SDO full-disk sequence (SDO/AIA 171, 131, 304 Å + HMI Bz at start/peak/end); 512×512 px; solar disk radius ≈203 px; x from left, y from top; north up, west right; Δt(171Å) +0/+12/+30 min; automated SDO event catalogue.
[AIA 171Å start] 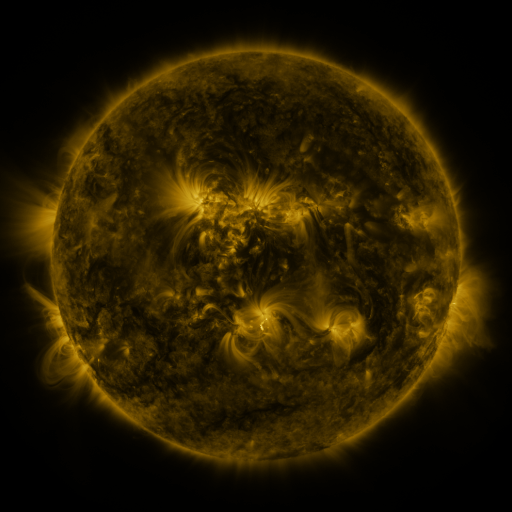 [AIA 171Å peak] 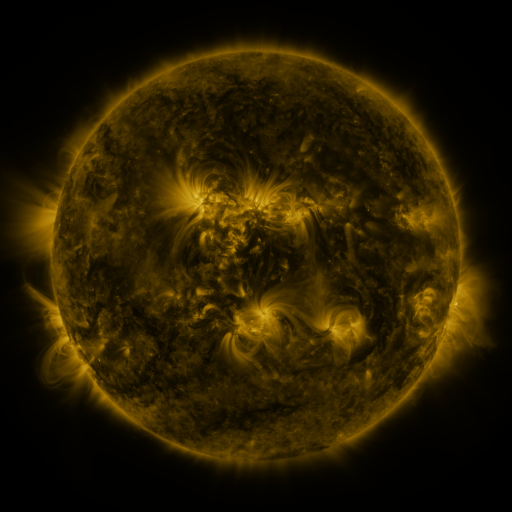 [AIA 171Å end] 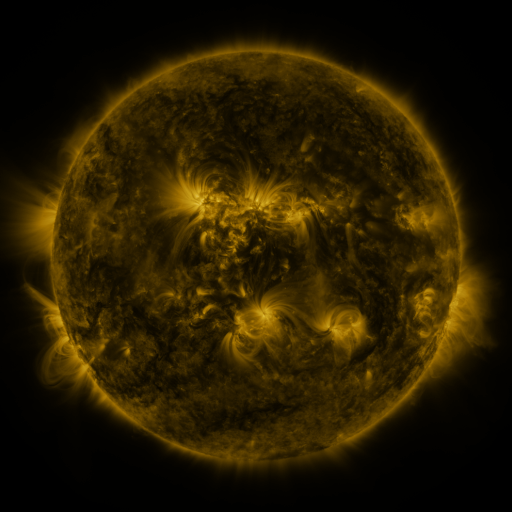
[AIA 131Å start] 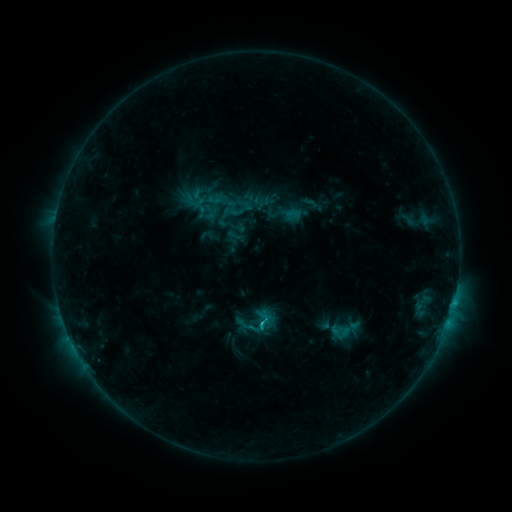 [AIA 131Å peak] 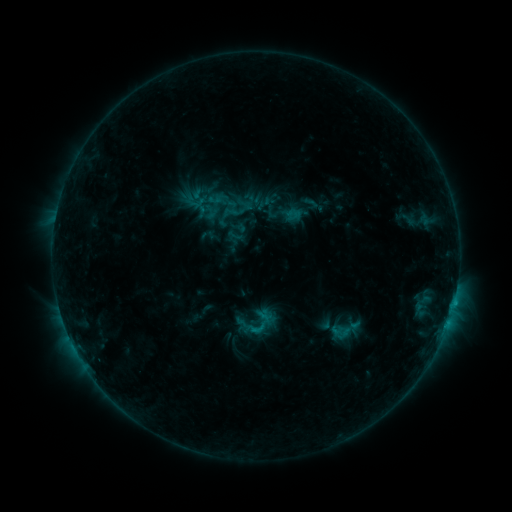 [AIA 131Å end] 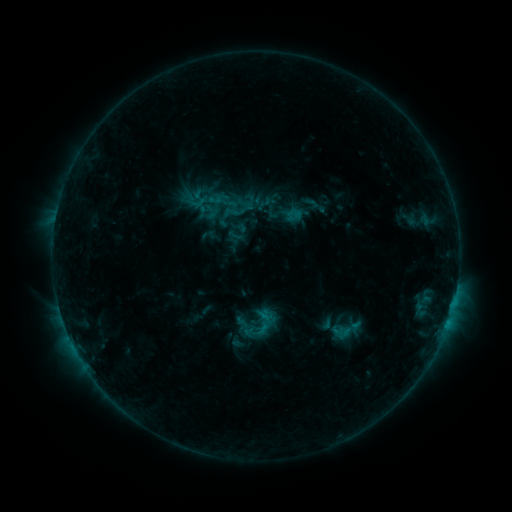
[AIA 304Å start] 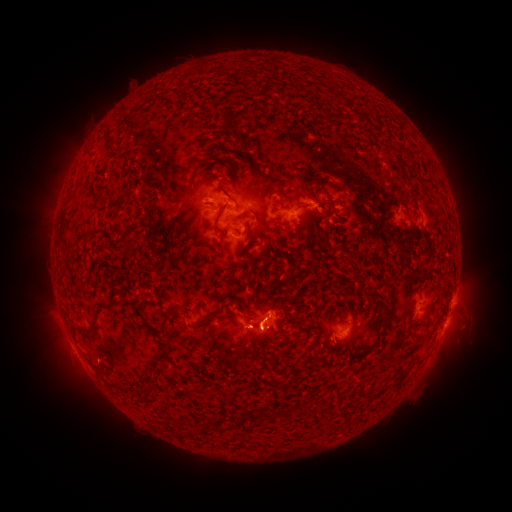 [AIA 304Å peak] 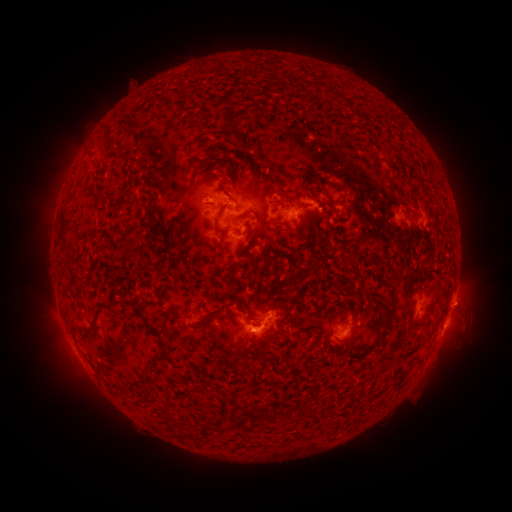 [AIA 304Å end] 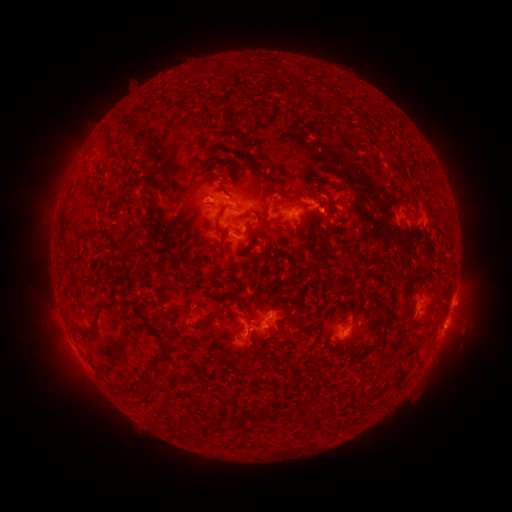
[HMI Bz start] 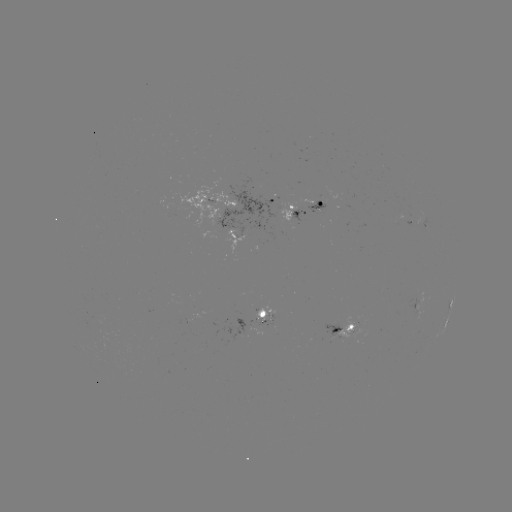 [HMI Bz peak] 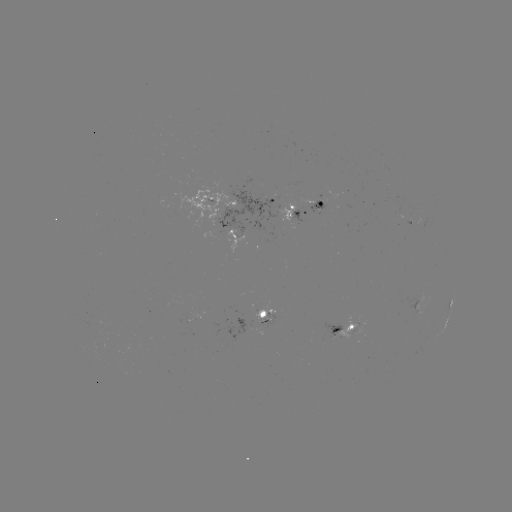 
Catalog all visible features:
eruption: (253, 342)
